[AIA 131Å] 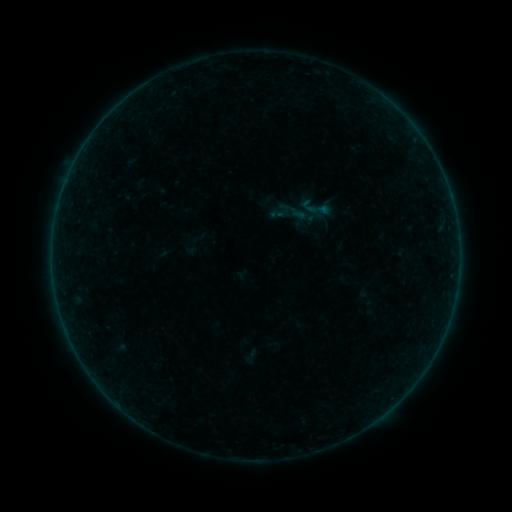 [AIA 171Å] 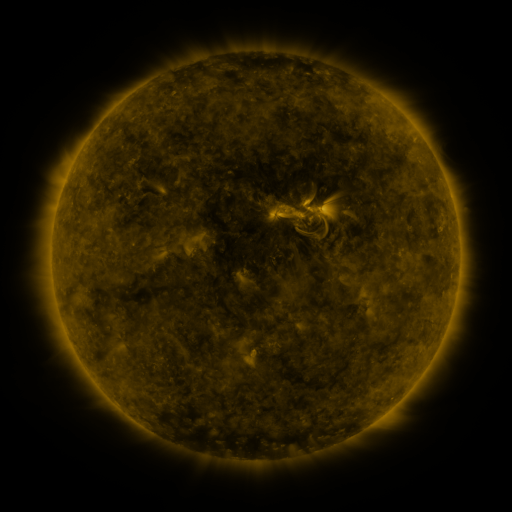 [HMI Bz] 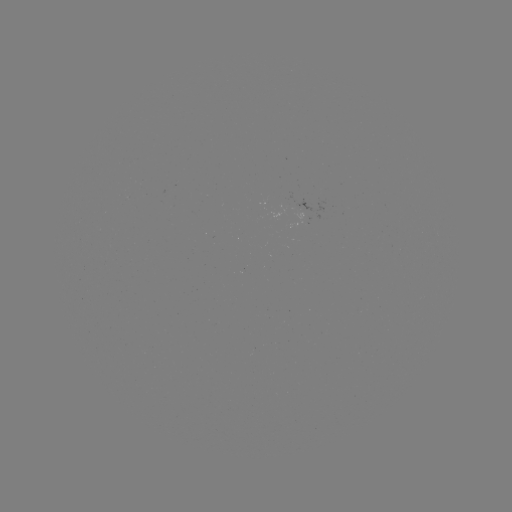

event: sigmoid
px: (315, 208)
